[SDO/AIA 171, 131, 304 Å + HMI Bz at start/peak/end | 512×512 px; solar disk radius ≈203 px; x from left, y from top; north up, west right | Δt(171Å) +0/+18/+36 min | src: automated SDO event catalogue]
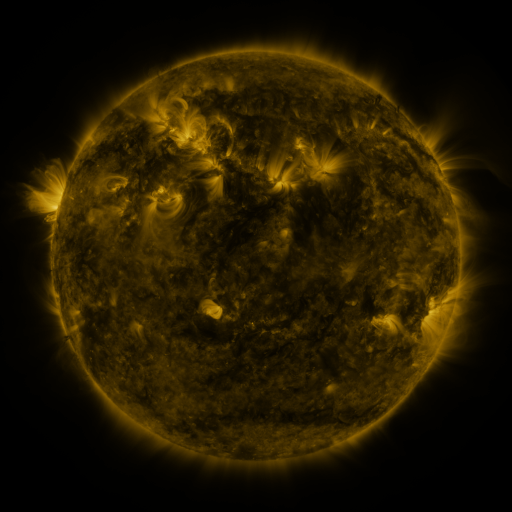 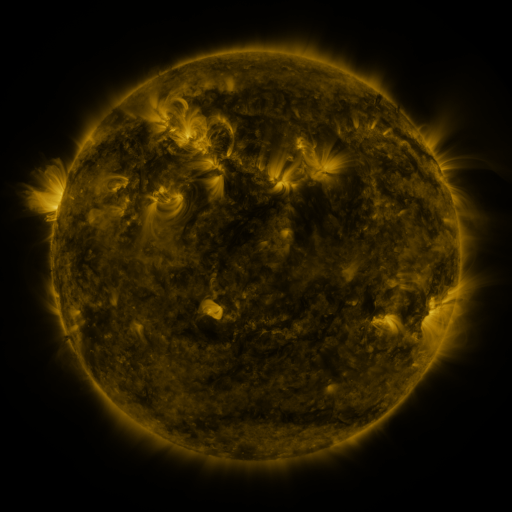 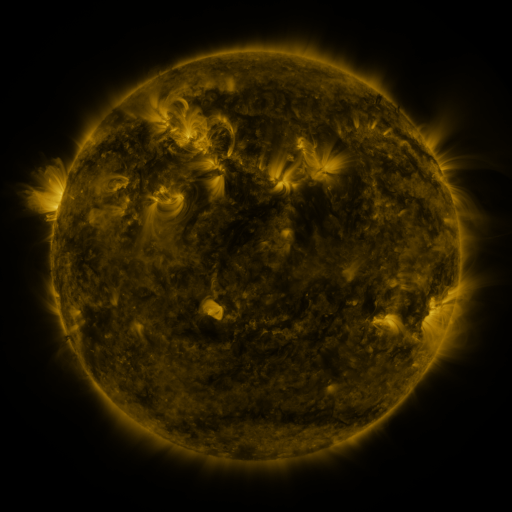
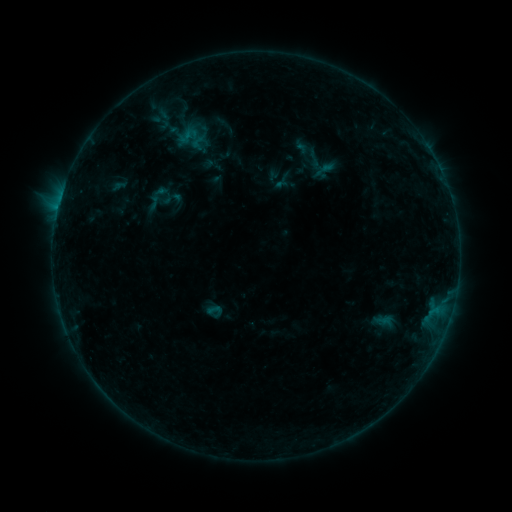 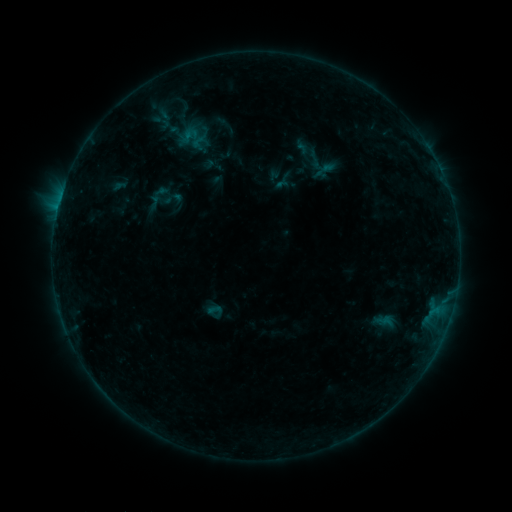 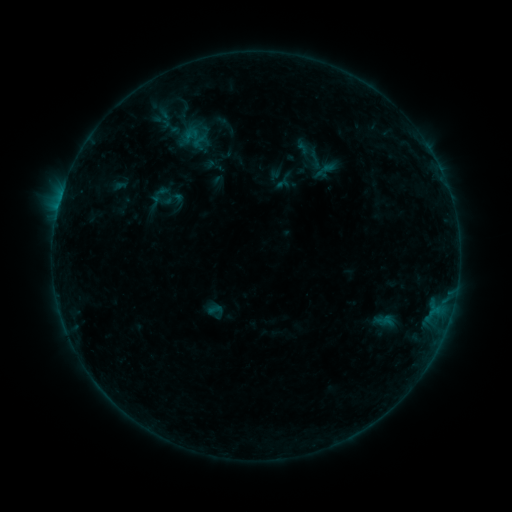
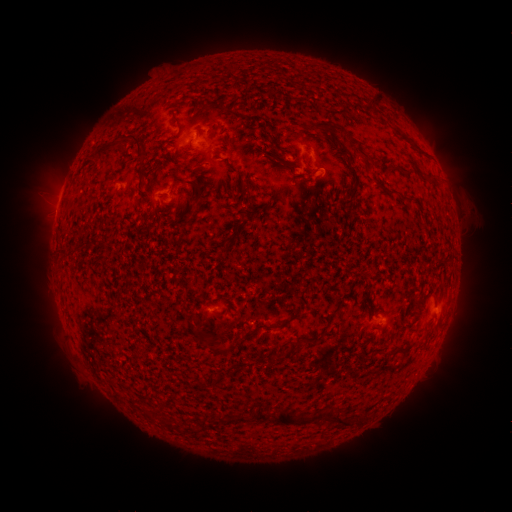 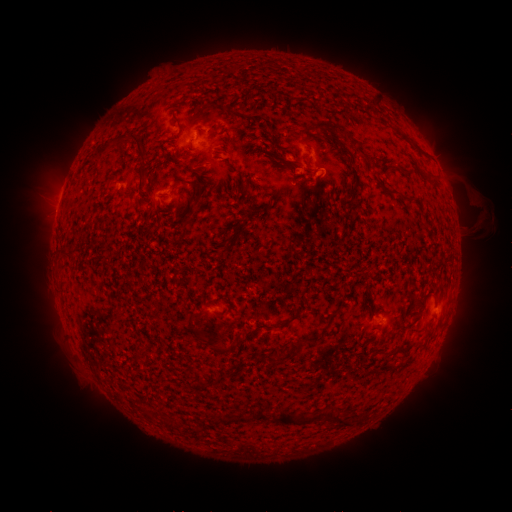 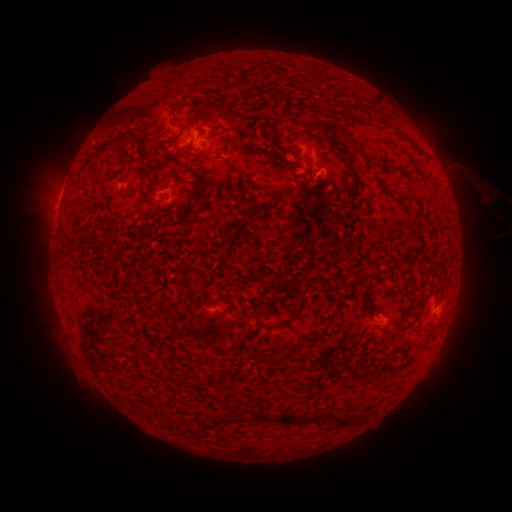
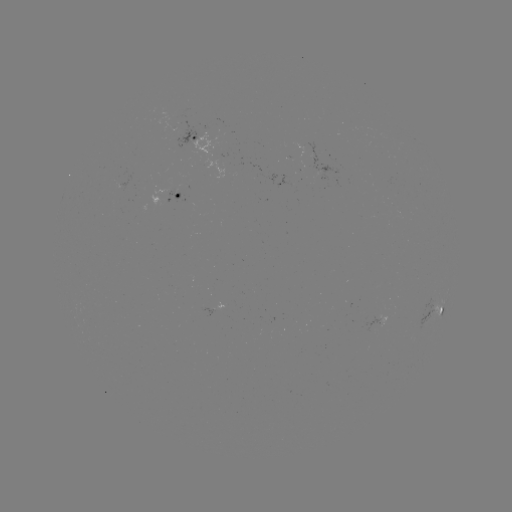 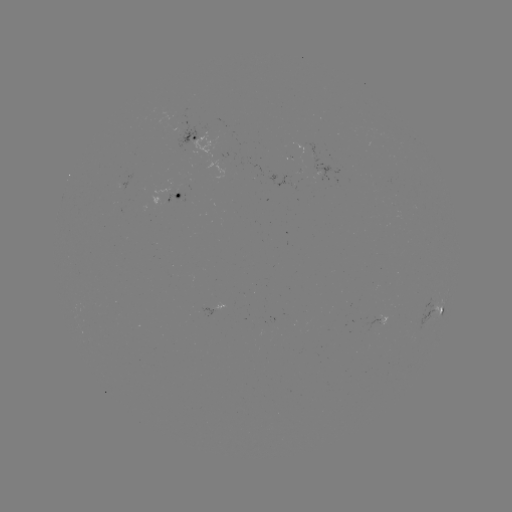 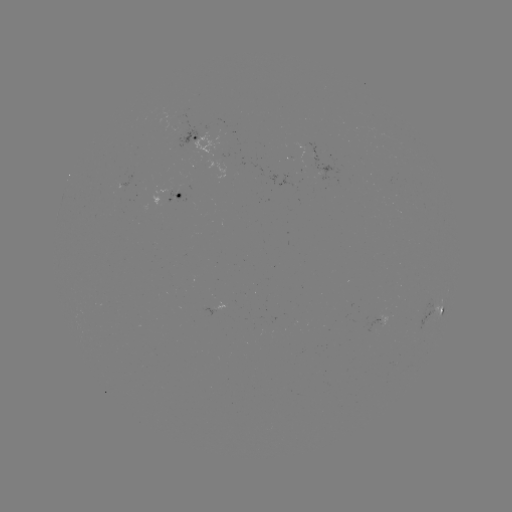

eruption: (455, 182, 504, 239)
